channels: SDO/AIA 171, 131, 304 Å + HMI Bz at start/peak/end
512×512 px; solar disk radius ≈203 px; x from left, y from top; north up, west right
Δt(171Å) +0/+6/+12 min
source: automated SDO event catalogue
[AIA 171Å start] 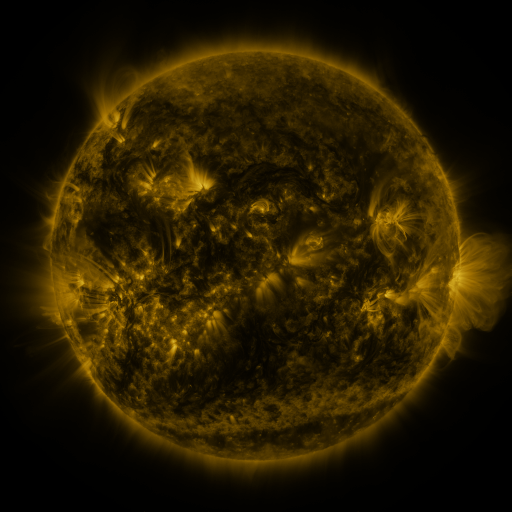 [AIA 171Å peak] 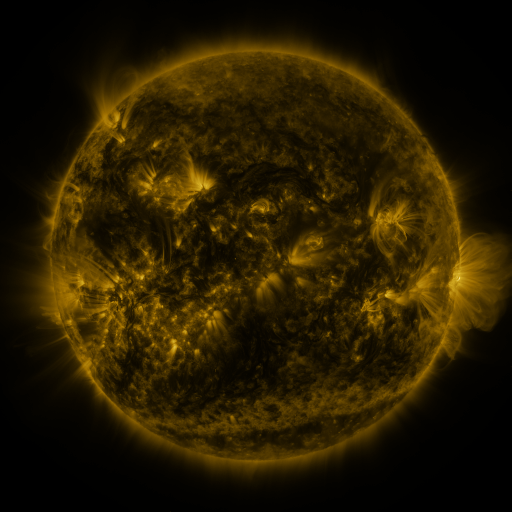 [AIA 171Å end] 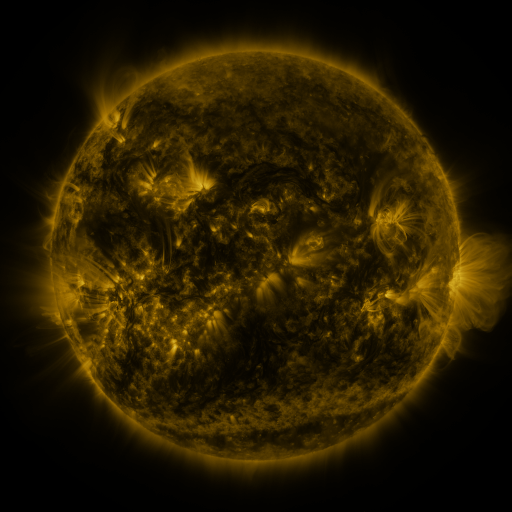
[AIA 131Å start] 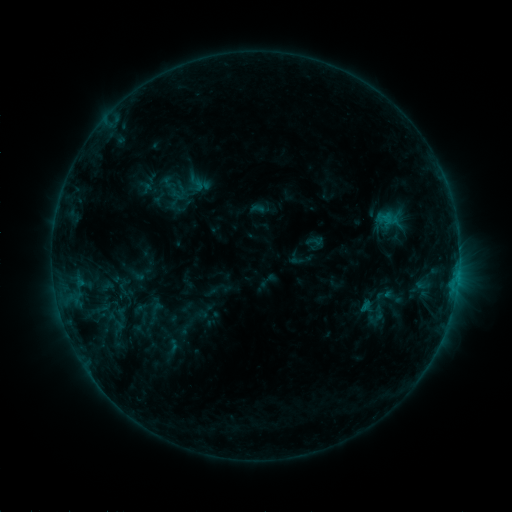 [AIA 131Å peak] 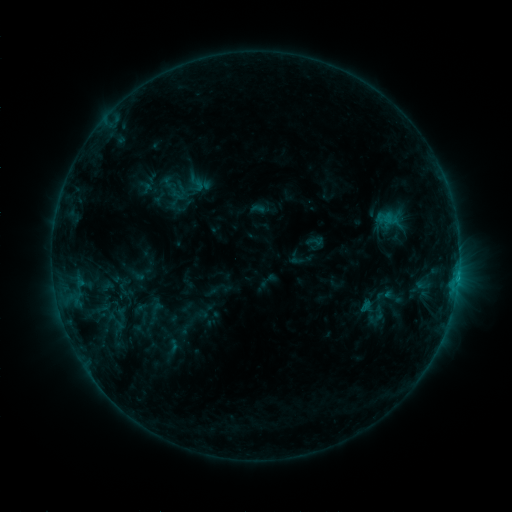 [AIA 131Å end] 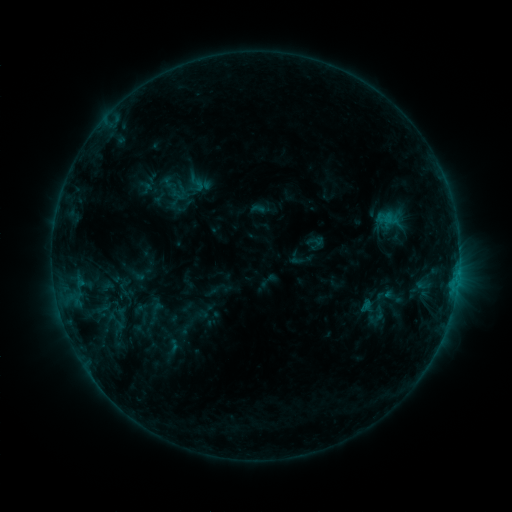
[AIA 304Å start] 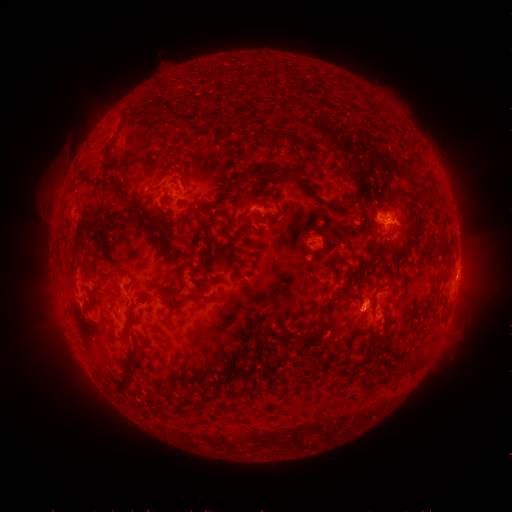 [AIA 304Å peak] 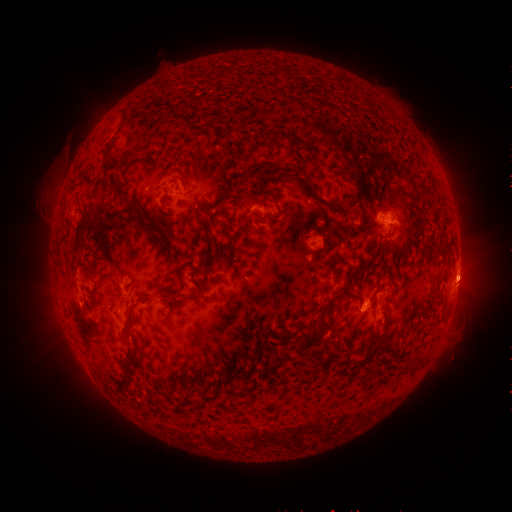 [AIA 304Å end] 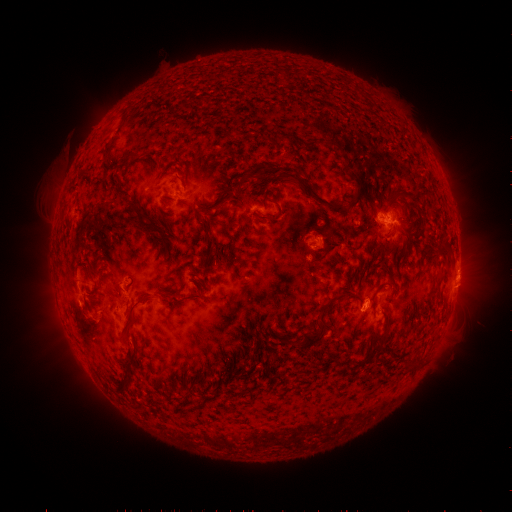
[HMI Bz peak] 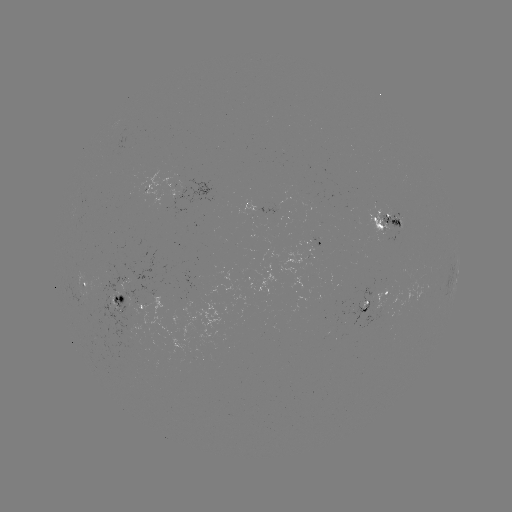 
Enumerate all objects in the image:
eruption: (466, 287)
